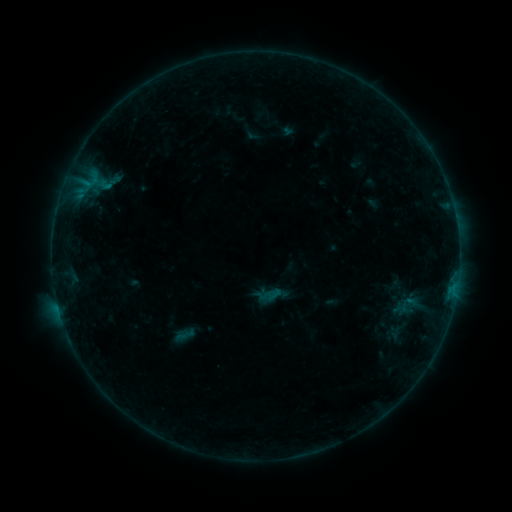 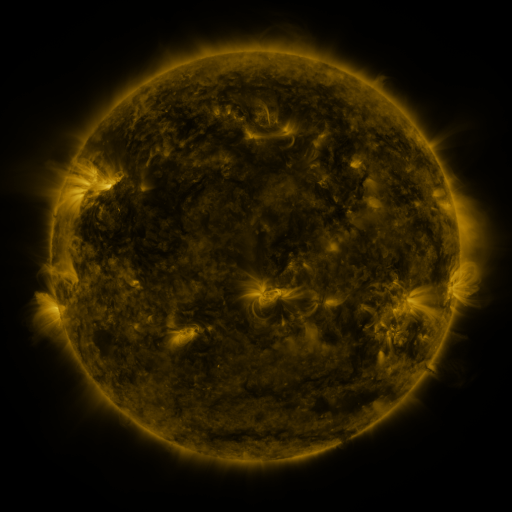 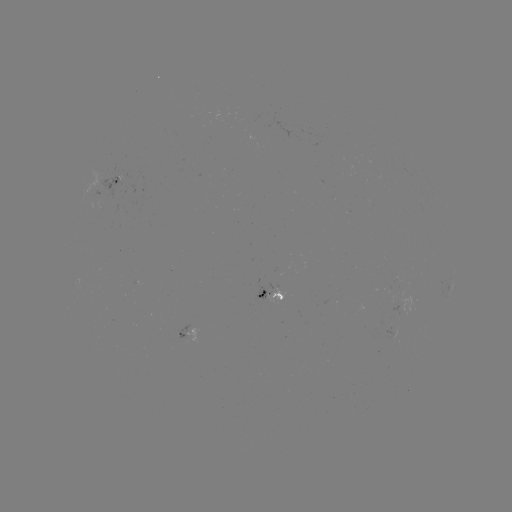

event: sigmoid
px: (407, 306)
